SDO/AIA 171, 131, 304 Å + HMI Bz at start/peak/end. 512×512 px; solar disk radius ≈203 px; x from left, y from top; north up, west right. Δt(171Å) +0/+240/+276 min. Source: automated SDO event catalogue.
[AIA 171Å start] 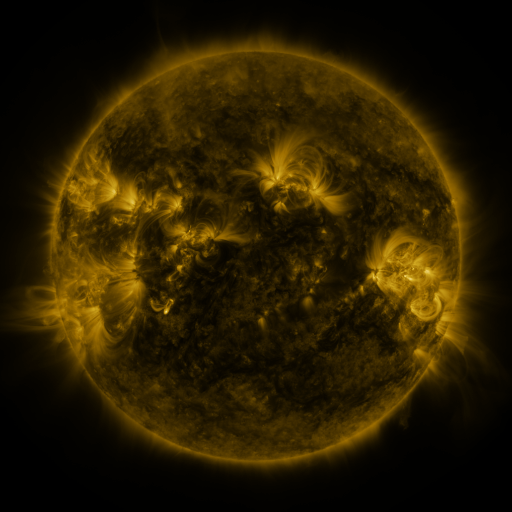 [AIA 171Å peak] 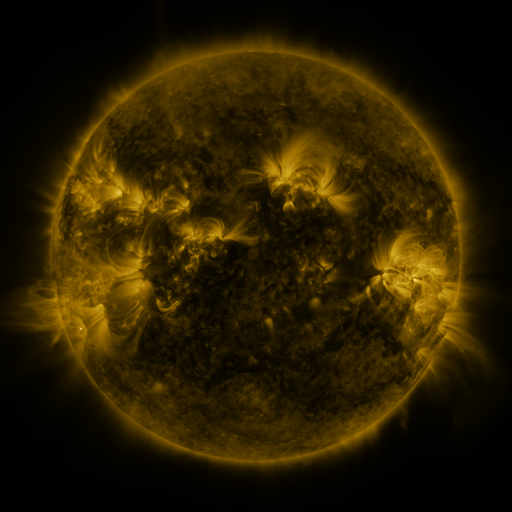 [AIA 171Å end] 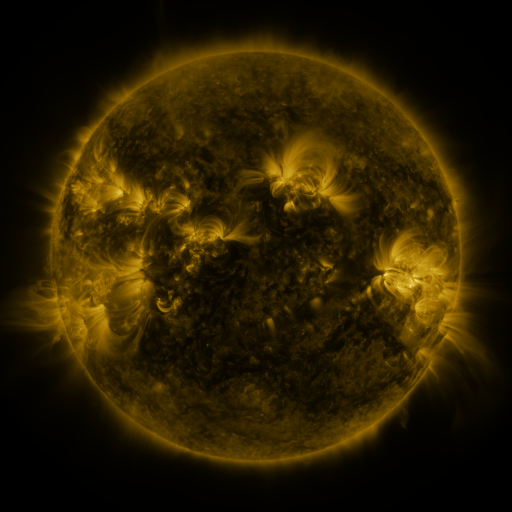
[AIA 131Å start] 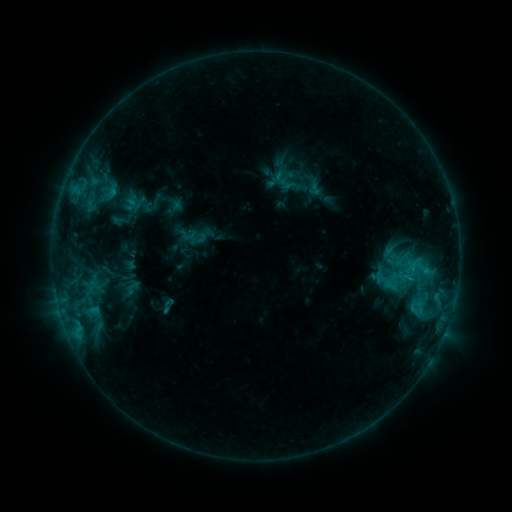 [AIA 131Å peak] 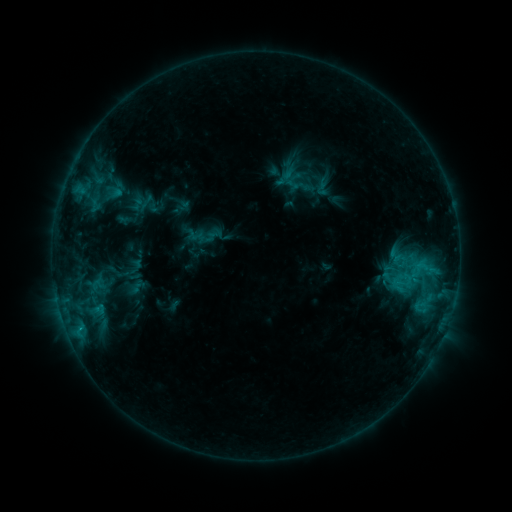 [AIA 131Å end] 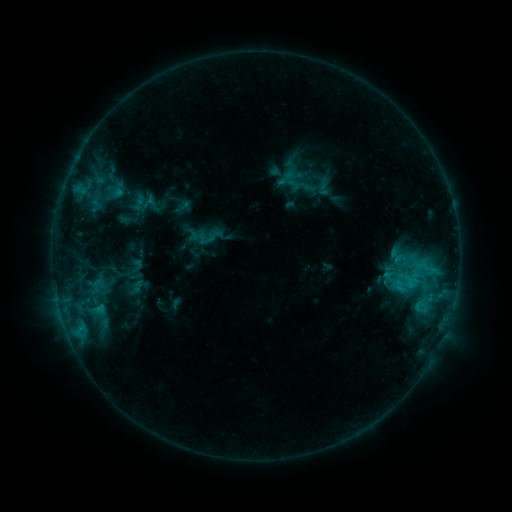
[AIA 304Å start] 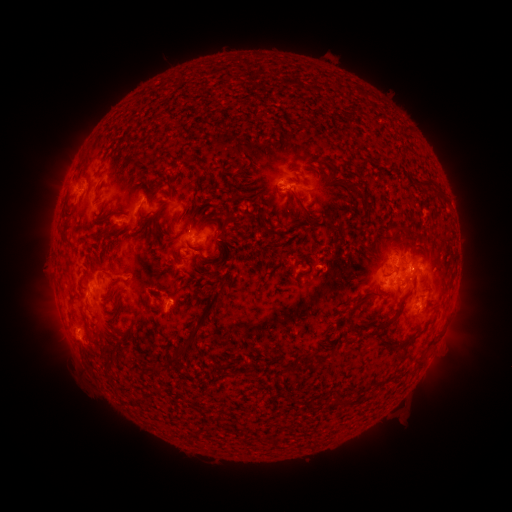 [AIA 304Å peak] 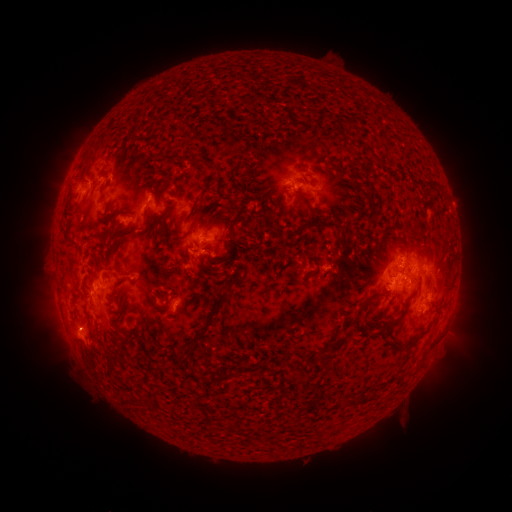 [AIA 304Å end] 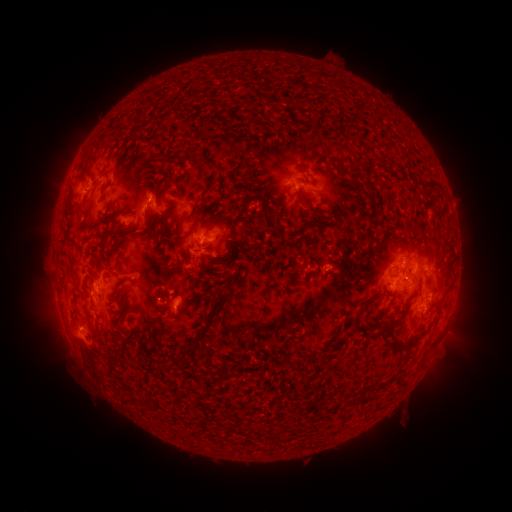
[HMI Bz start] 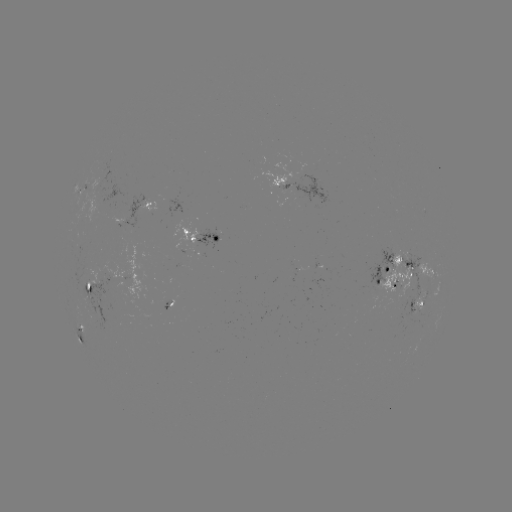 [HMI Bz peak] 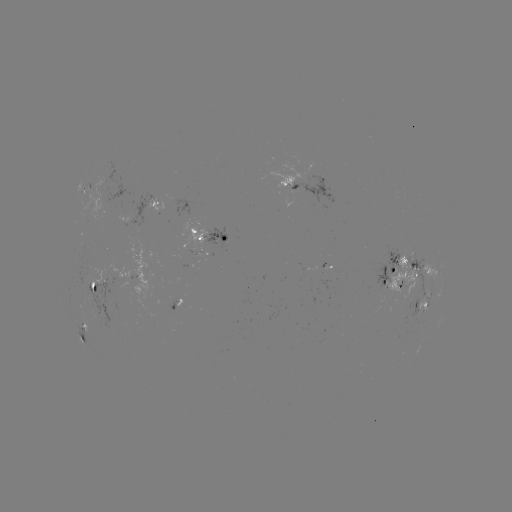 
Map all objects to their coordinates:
emerging-flux region: (301, 192)
